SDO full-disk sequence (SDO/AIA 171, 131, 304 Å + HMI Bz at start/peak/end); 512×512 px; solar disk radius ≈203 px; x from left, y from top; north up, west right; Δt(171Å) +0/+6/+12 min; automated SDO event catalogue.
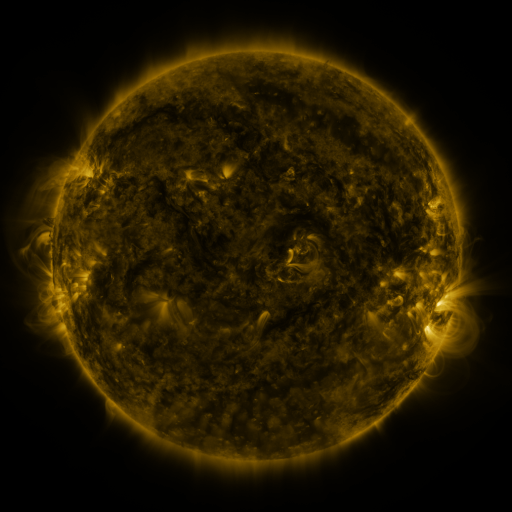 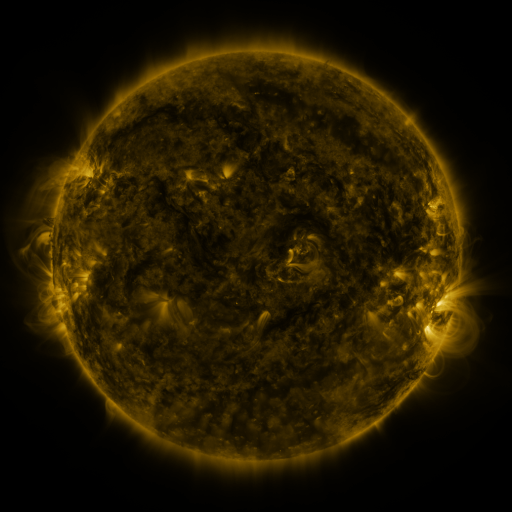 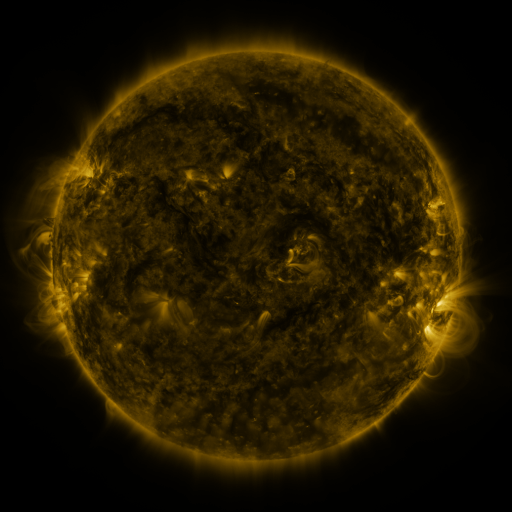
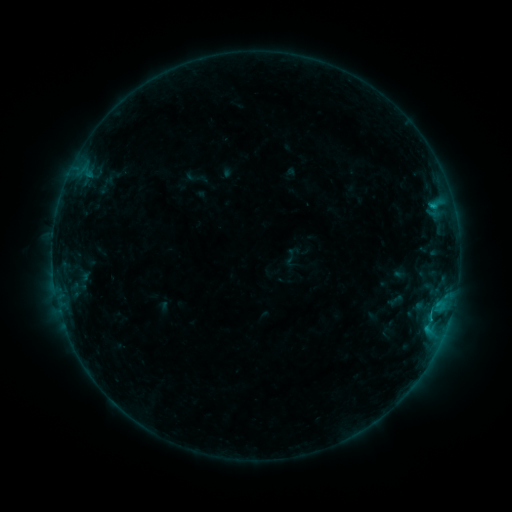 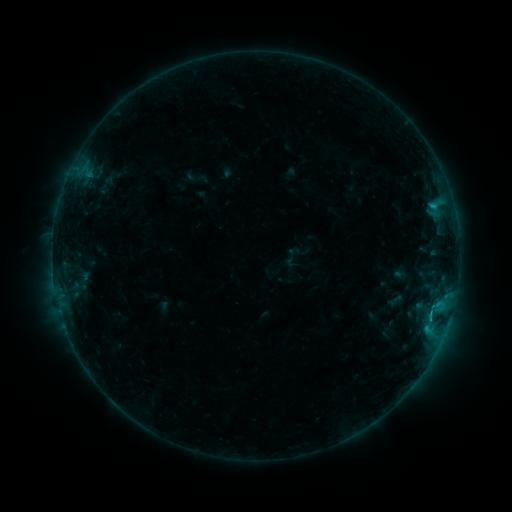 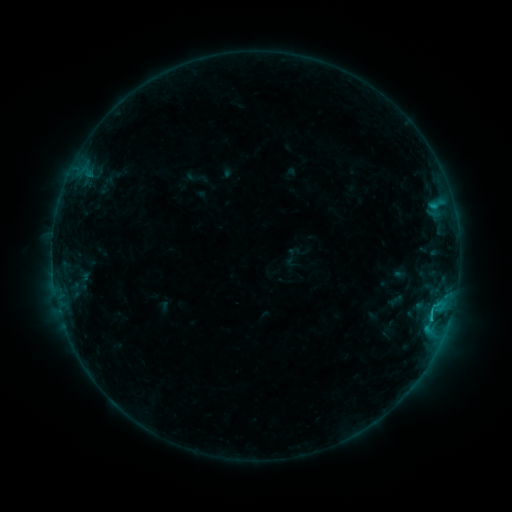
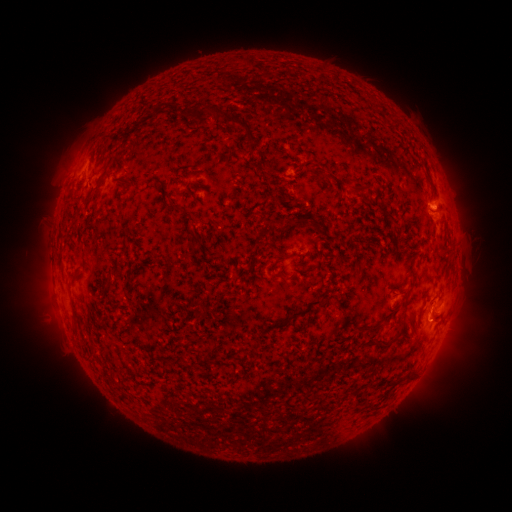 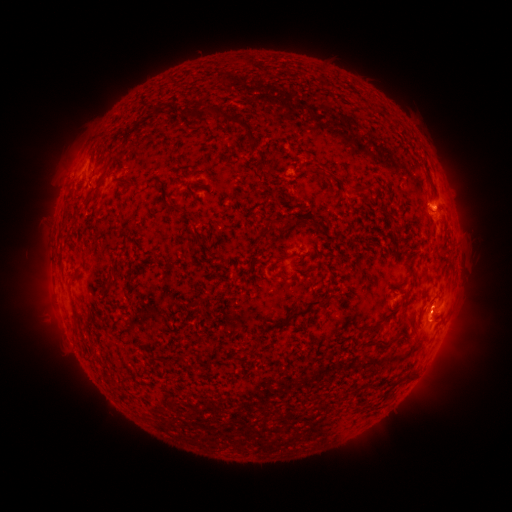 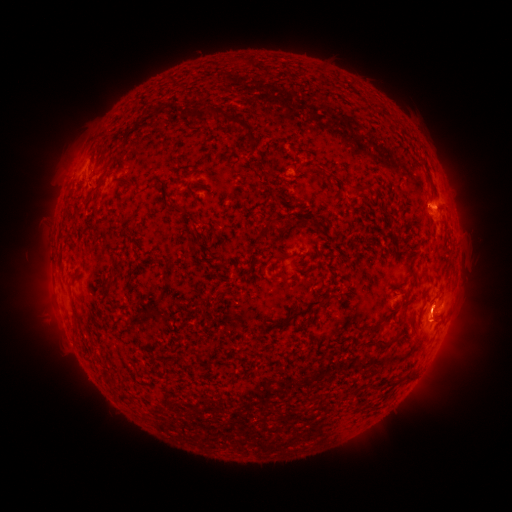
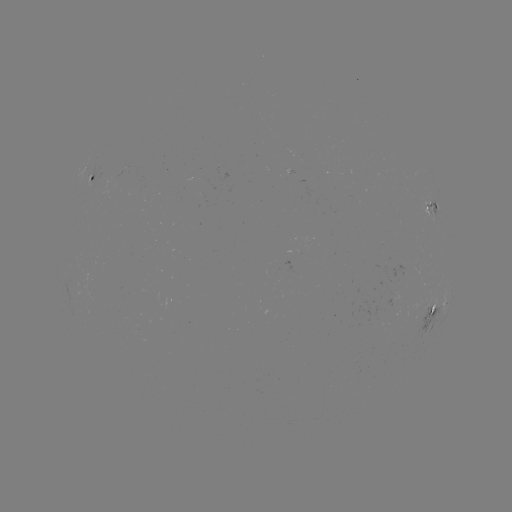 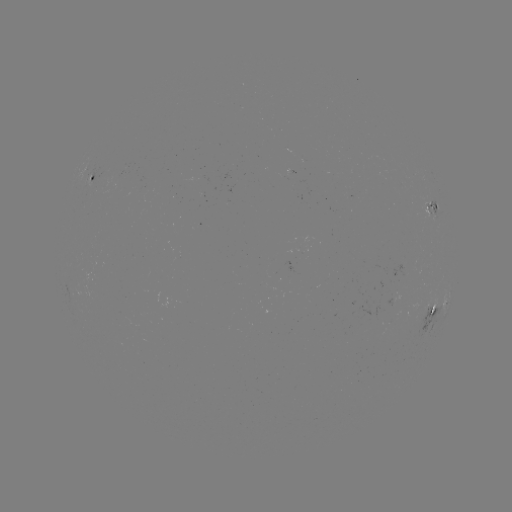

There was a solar flare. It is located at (432, 315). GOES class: C1.0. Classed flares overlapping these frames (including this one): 1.